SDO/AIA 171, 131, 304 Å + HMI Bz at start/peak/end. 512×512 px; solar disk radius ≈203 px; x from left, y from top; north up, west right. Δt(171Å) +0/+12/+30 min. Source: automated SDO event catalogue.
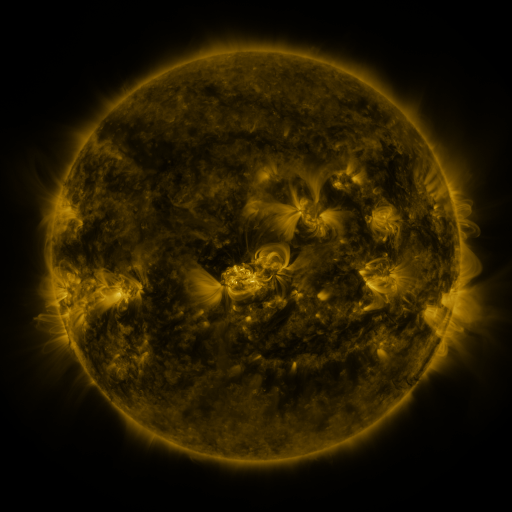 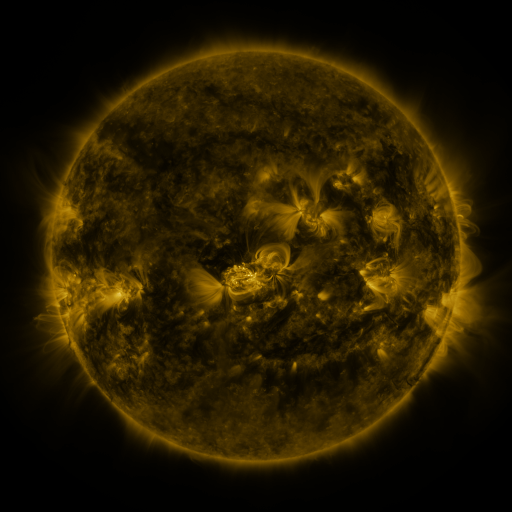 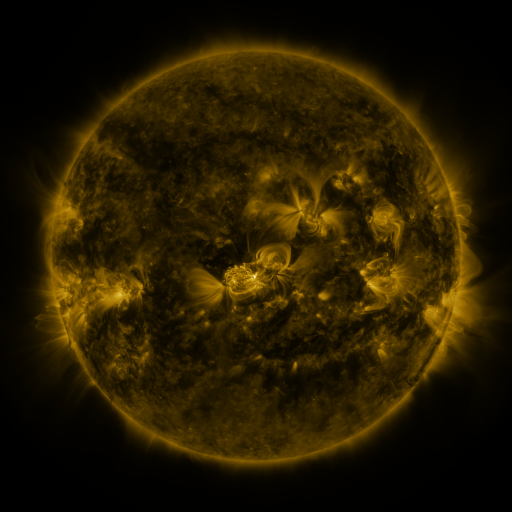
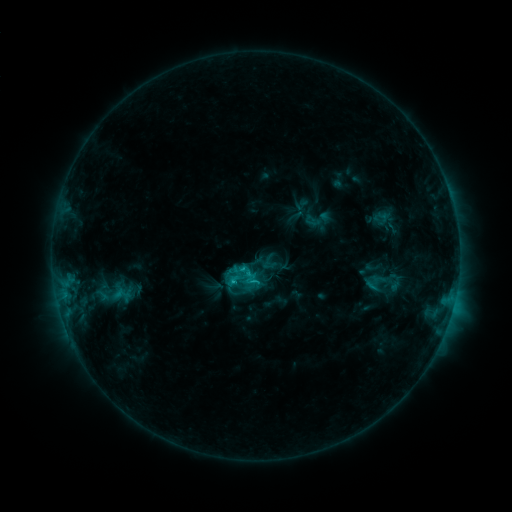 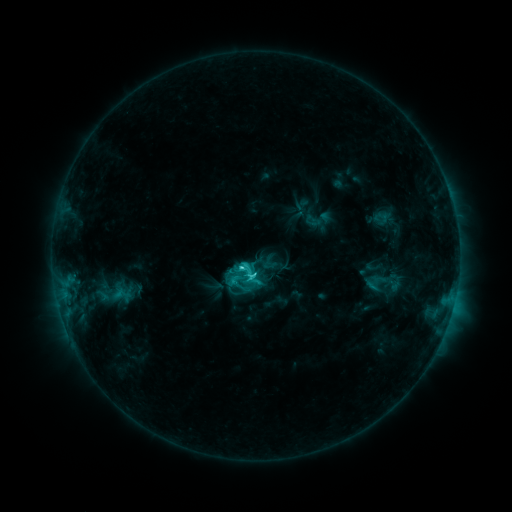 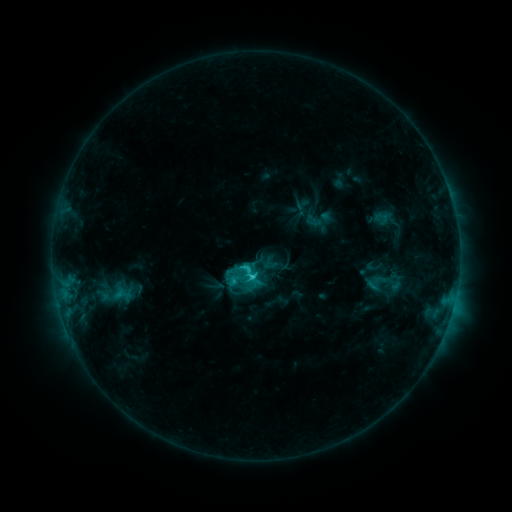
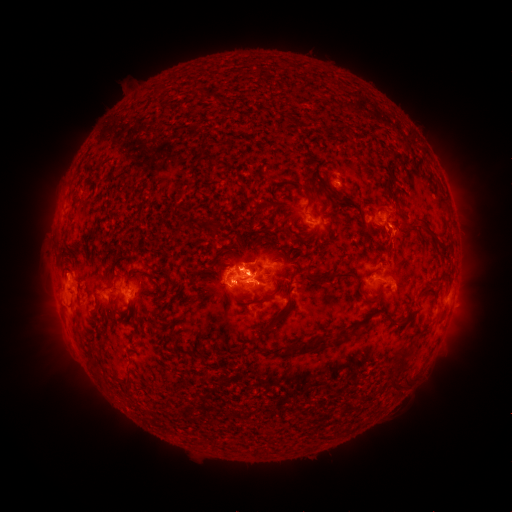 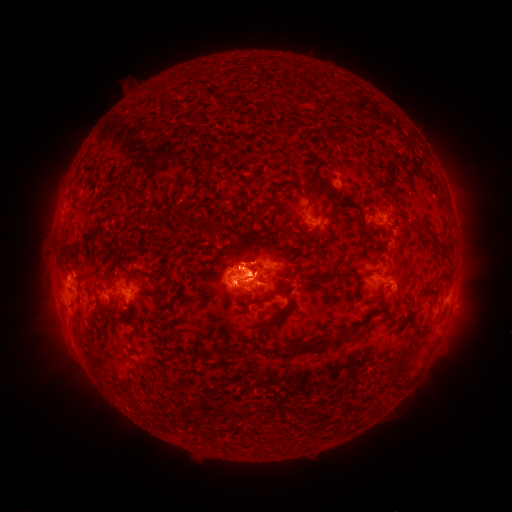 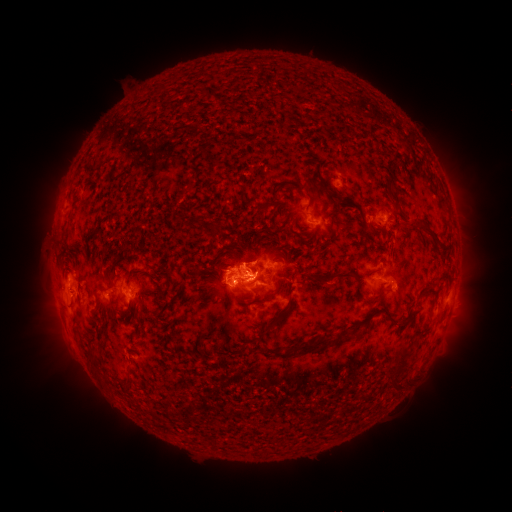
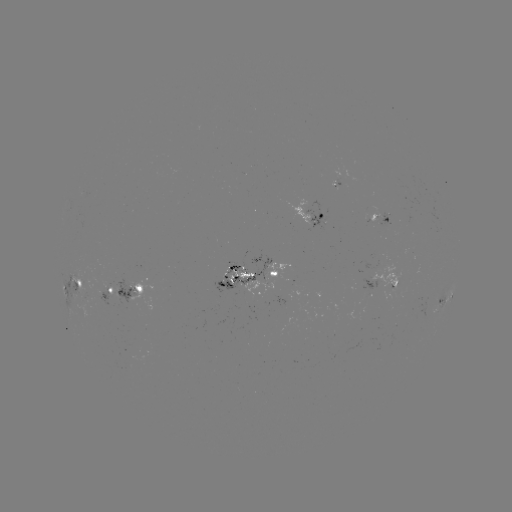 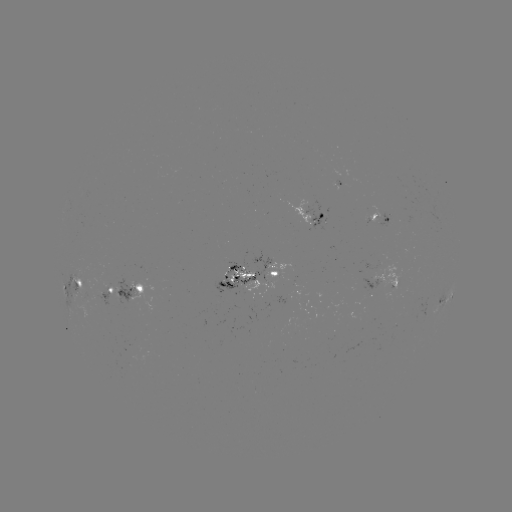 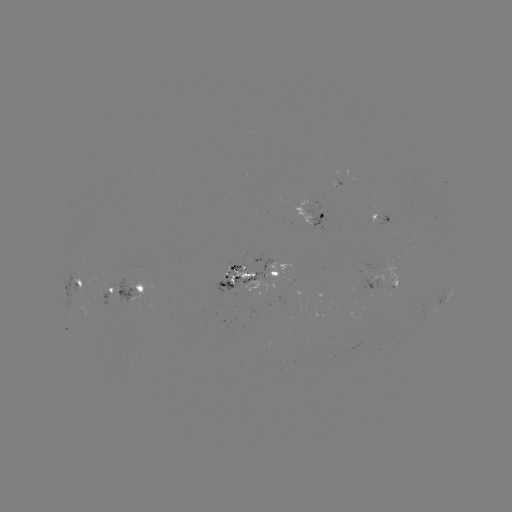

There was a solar flare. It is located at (256, 274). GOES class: C5.9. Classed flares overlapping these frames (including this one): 1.